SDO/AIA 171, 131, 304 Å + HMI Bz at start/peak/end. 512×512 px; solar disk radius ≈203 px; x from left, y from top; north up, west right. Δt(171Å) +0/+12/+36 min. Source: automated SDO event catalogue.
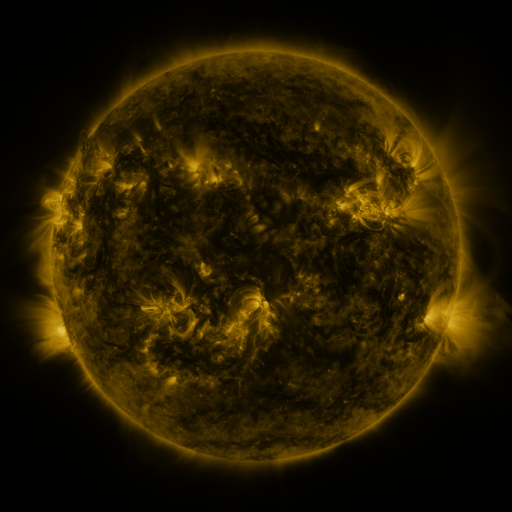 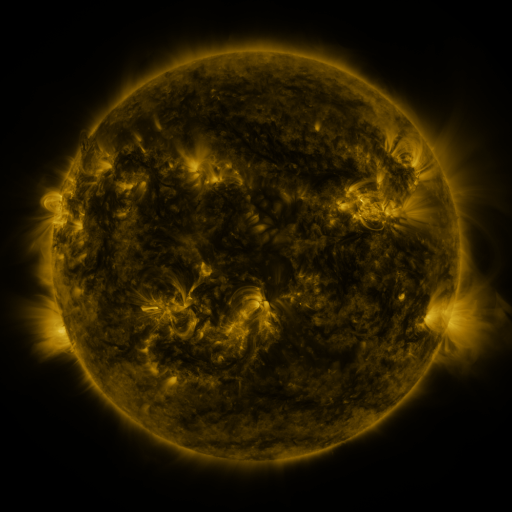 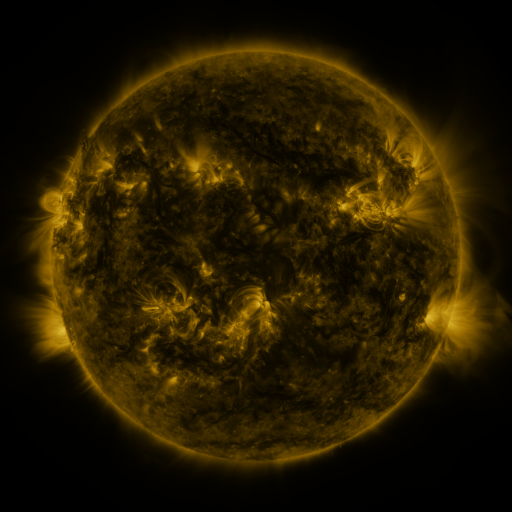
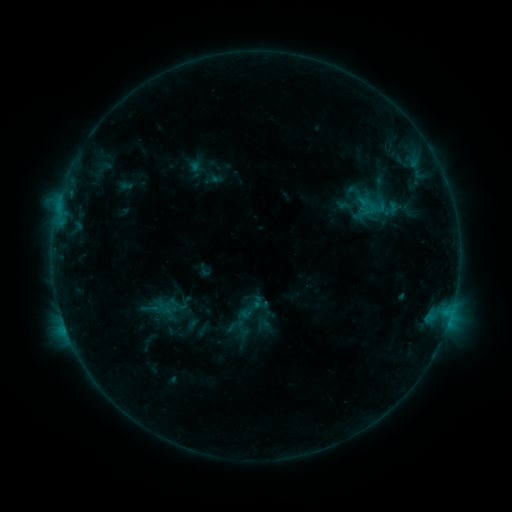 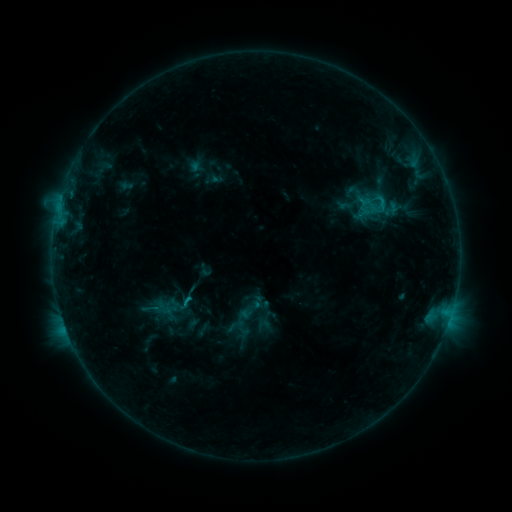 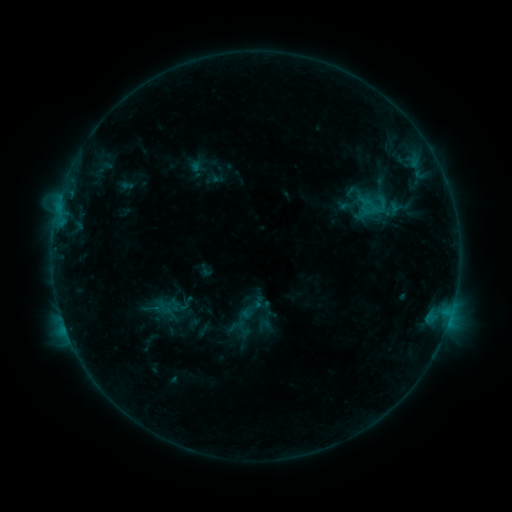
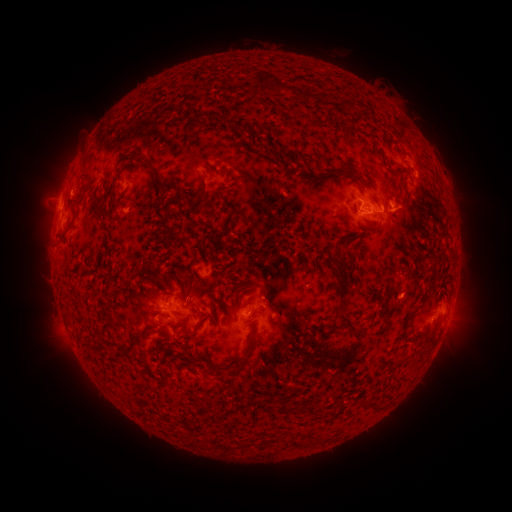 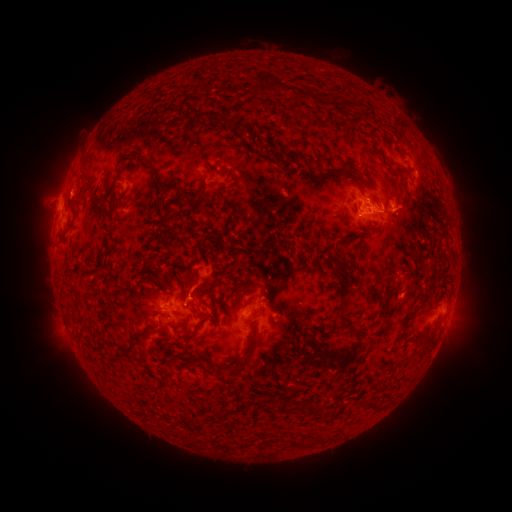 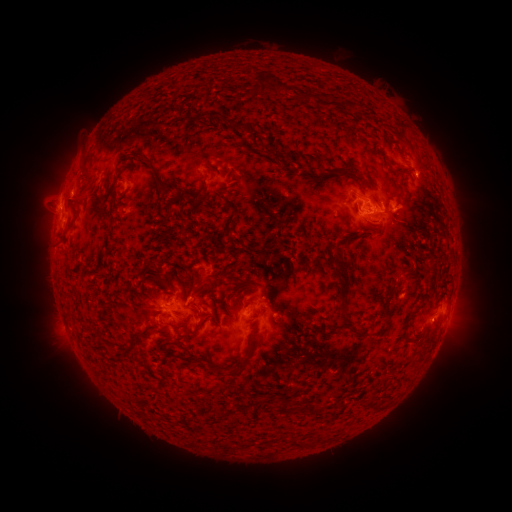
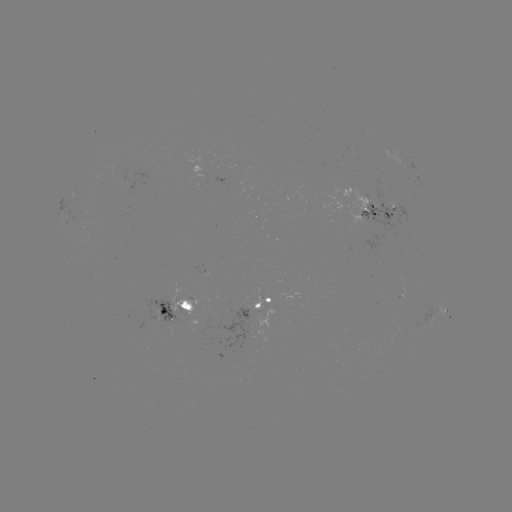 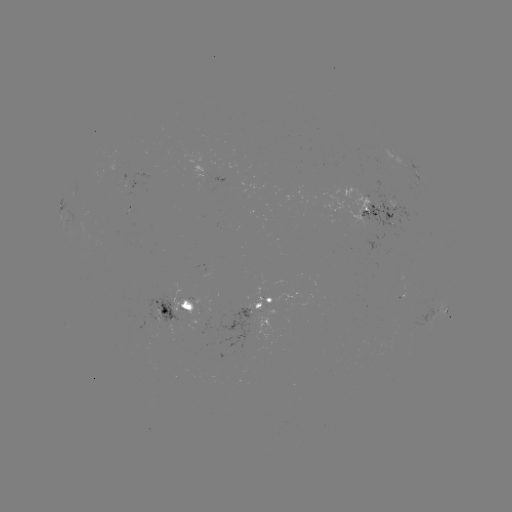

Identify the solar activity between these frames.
C1.2 flare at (188, 296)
